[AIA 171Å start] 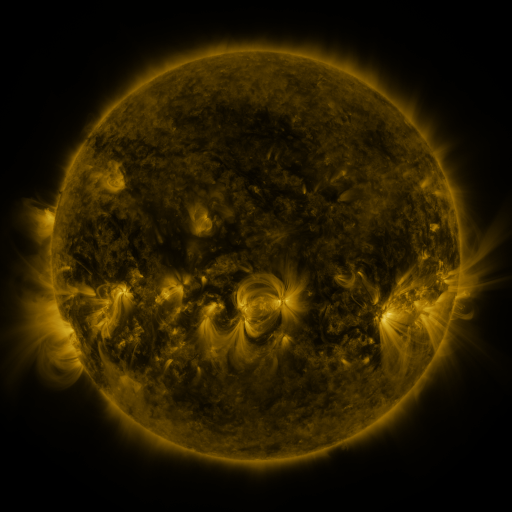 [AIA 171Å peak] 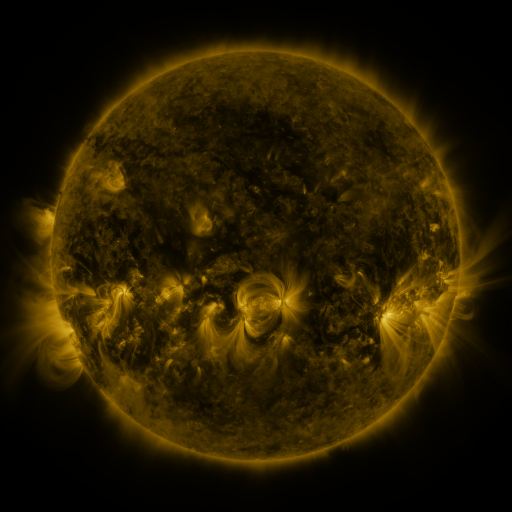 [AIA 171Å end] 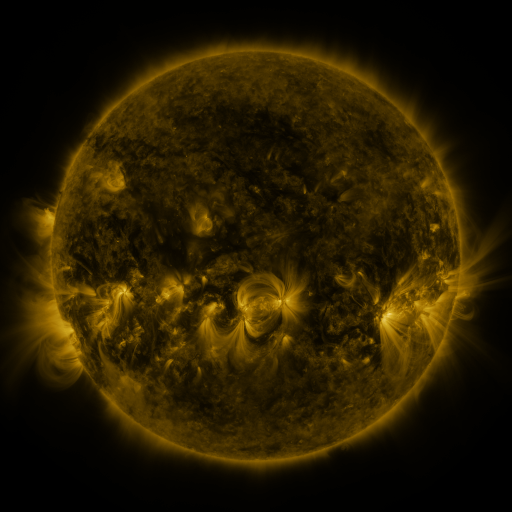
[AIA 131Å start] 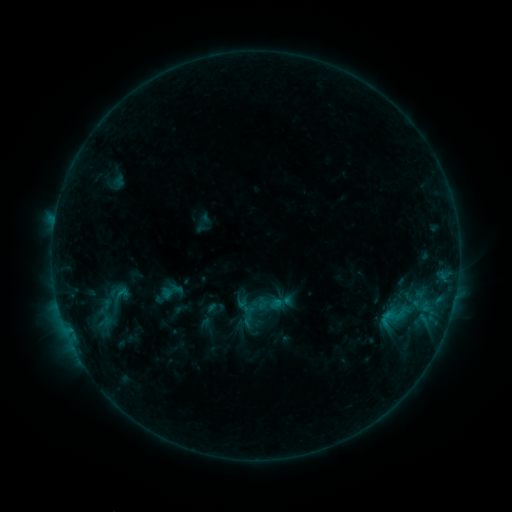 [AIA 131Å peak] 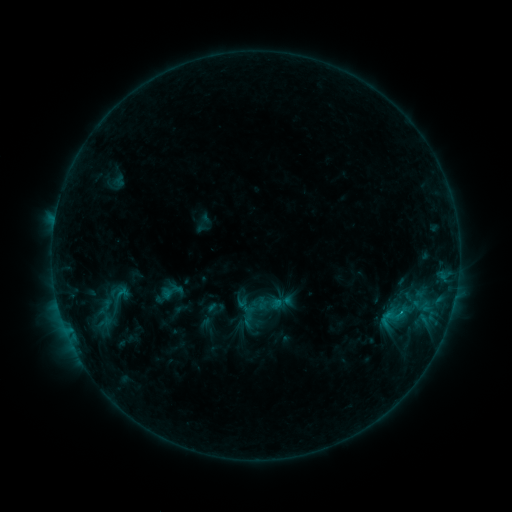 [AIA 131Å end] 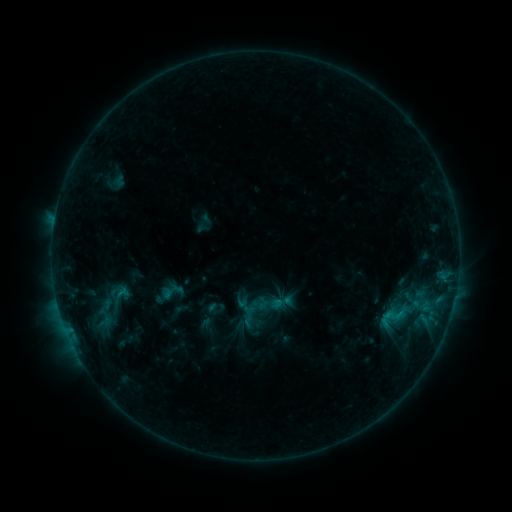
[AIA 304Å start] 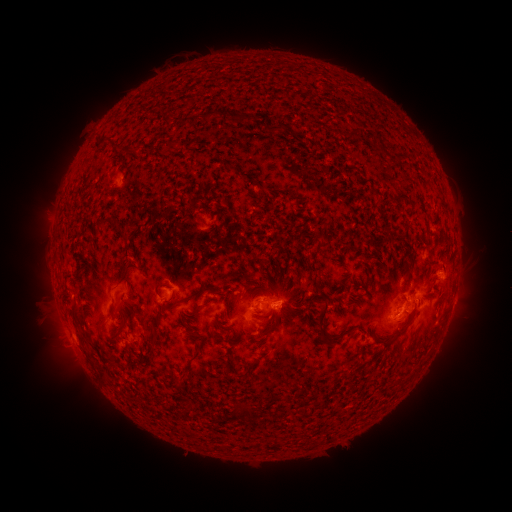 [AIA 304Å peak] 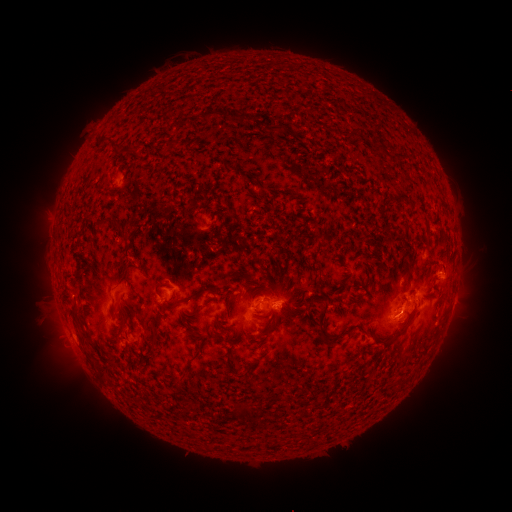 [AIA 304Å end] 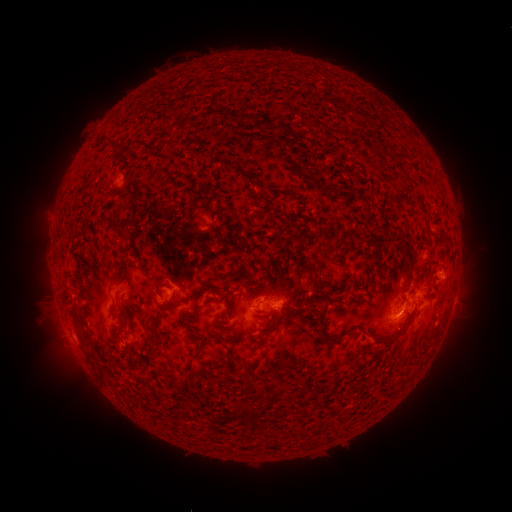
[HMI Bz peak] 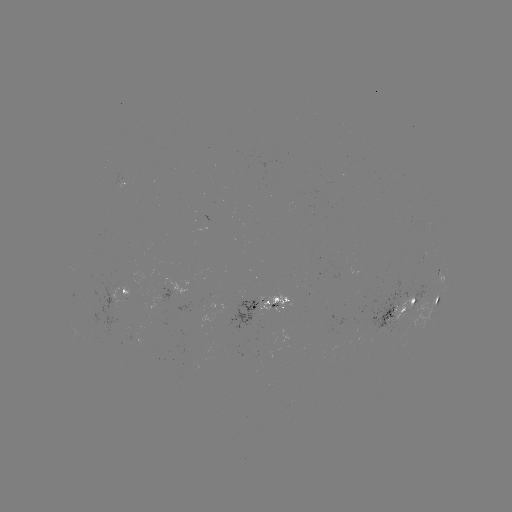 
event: flare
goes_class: B9.9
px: (400, 312)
